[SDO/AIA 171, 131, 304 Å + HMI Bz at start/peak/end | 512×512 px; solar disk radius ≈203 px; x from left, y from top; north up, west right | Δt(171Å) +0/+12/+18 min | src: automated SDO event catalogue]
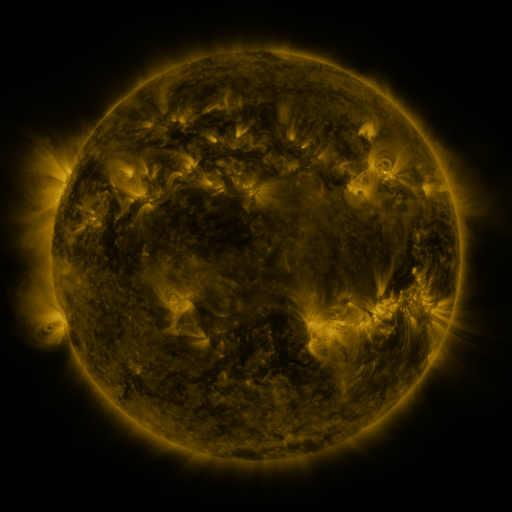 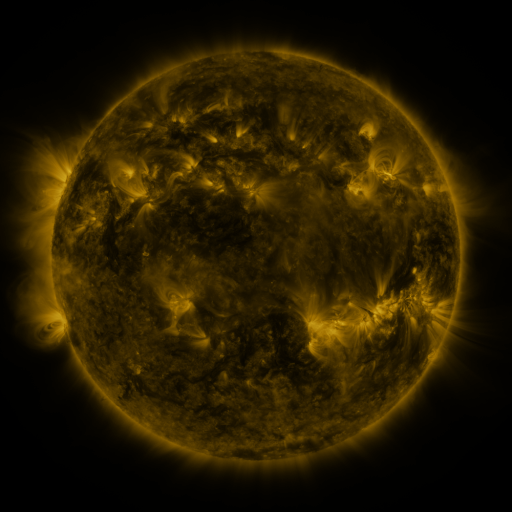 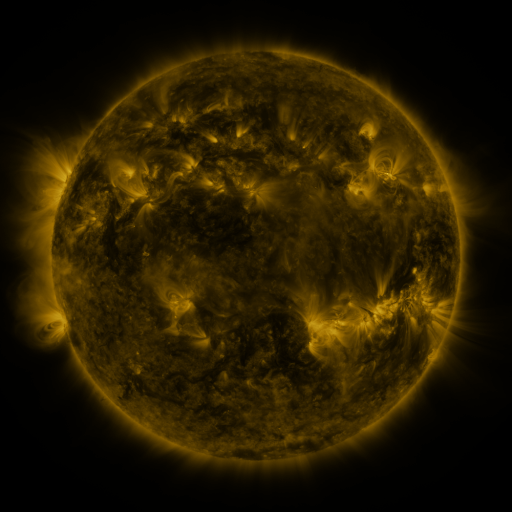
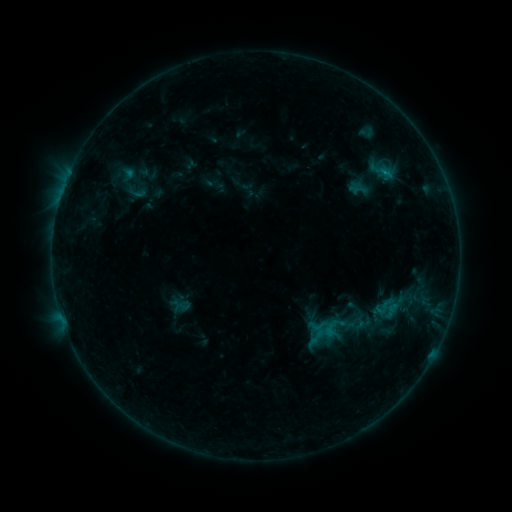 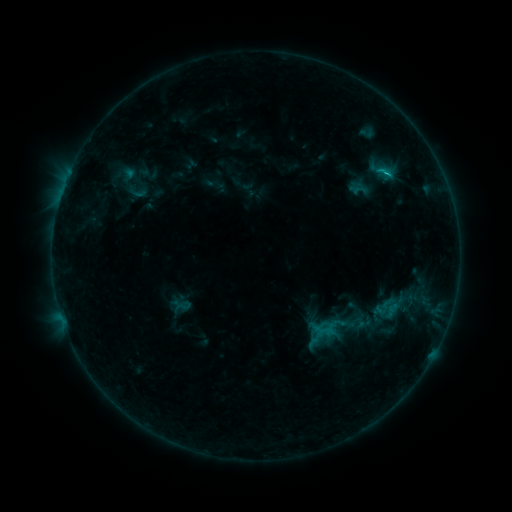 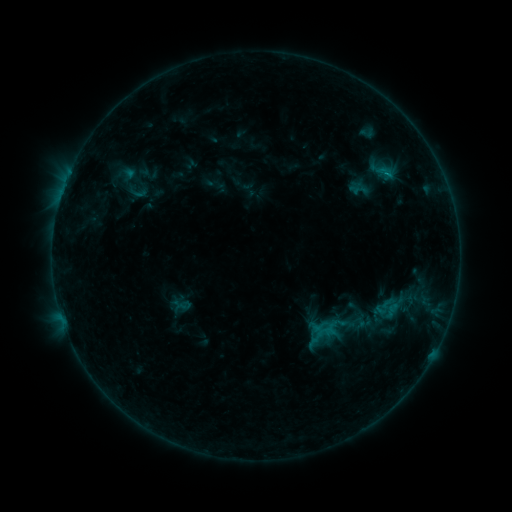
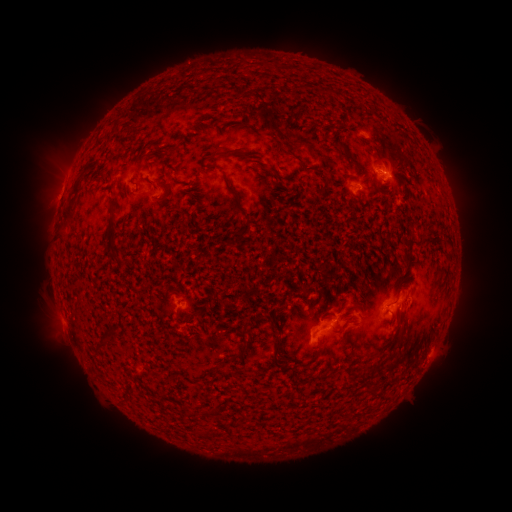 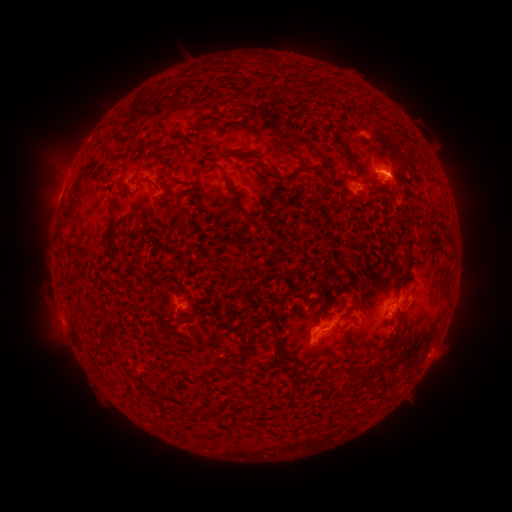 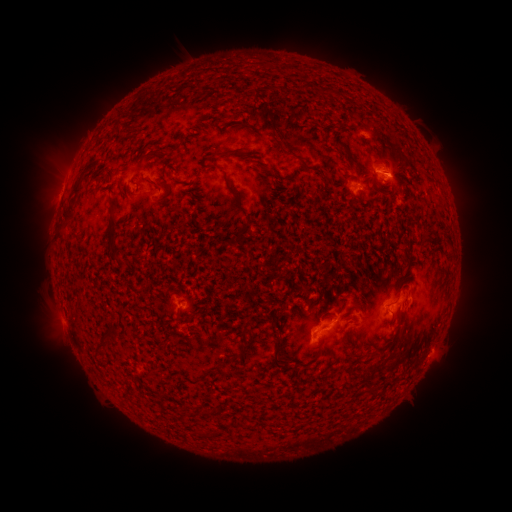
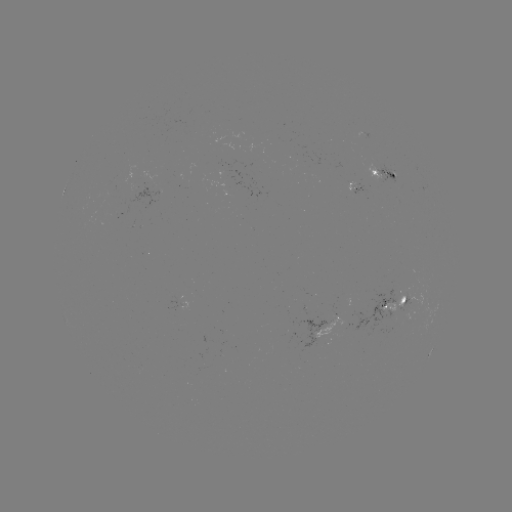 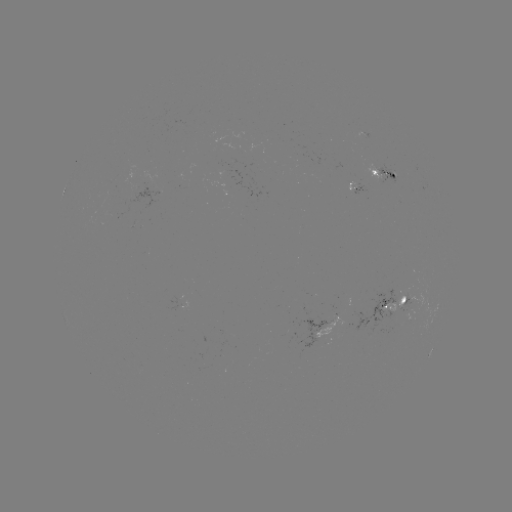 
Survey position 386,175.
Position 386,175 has C1.1 flare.